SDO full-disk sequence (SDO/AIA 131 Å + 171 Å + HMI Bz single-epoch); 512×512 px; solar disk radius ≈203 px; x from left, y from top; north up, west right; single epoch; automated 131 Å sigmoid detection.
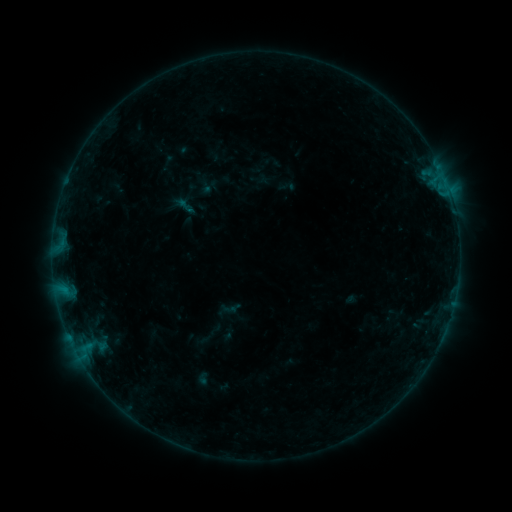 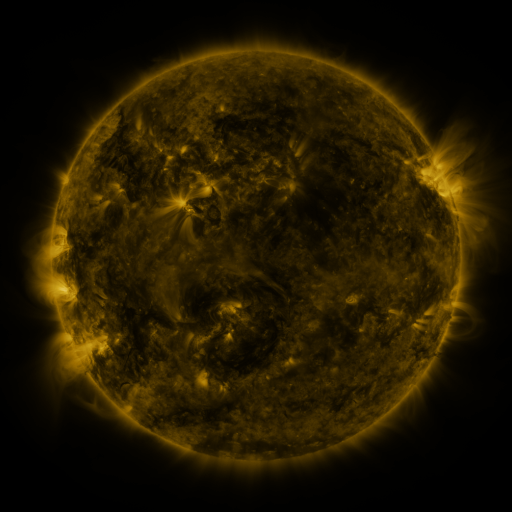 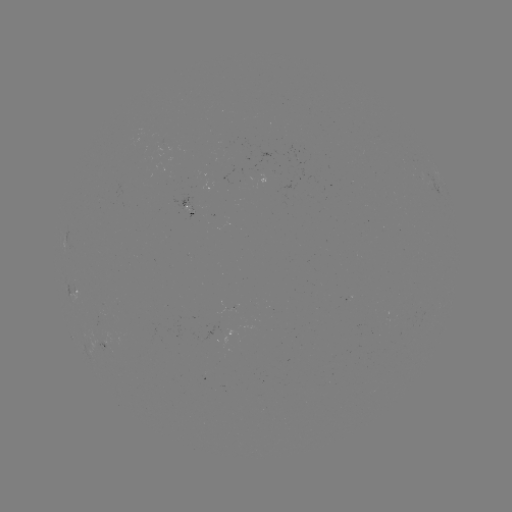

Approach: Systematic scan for sigmoid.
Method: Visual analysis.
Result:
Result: sigmoid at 185,206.